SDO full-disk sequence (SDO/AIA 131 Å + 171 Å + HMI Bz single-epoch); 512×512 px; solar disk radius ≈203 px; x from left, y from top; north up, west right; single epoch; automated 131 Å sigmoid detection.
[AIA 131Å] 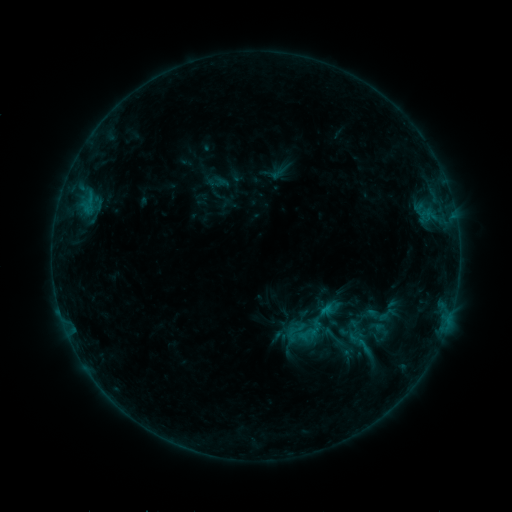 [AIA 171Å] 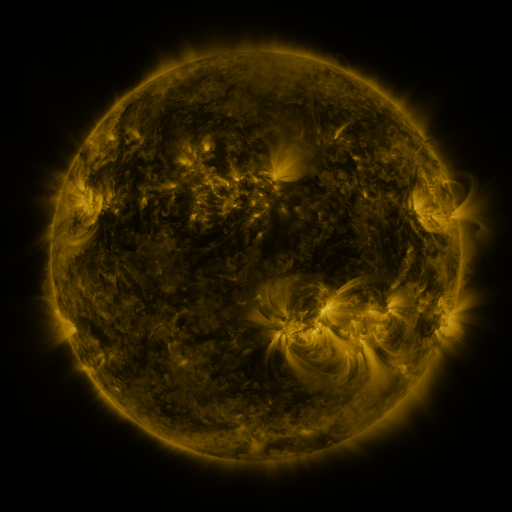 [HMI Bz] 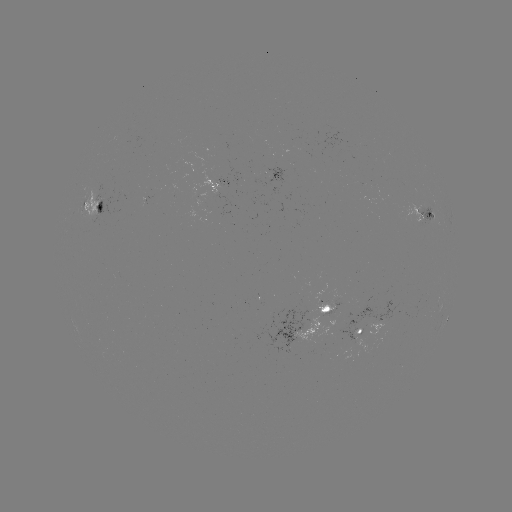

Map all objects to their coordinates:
sigmoid: (377, 303, 397, 325)
sigmoid: (355, 336, 373, 356)
